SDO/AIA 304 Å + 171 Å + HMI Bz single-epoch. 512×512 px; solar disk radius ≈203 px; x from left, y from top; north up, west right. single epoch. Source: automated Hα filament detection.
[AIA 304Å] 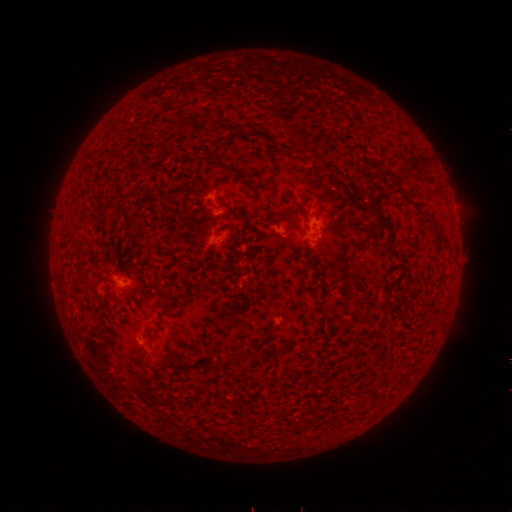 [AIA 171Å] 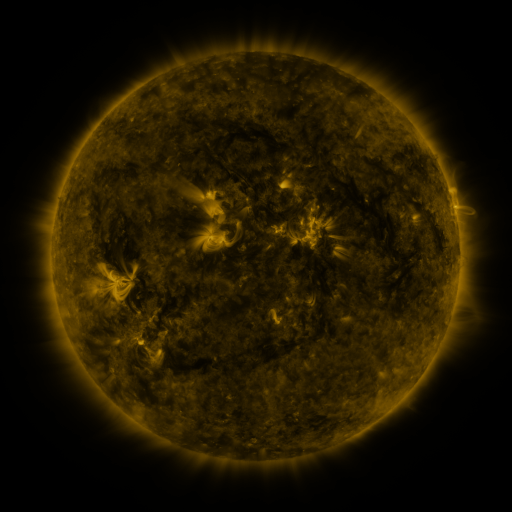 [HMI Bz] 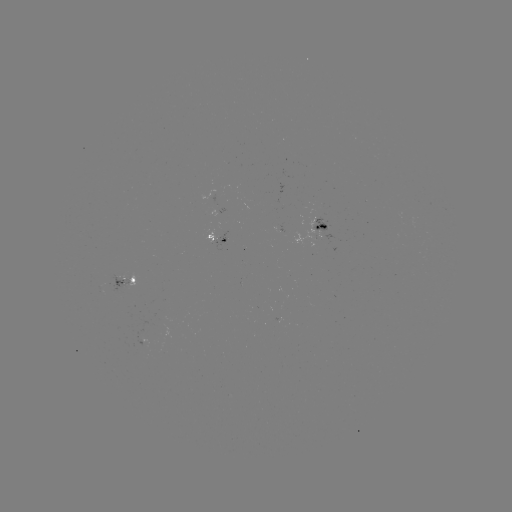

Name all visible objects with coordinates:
filament: (305, 146)
filament: (414, 160)
filament: (235, 172)
filament: (318, 197)
filament: (305, 199)
filament: (379, 211)
filament: (432, 218)
filament: (233, 230)
filament: (165, 299)
filament: (255, 360)
filament: (223, 367)
